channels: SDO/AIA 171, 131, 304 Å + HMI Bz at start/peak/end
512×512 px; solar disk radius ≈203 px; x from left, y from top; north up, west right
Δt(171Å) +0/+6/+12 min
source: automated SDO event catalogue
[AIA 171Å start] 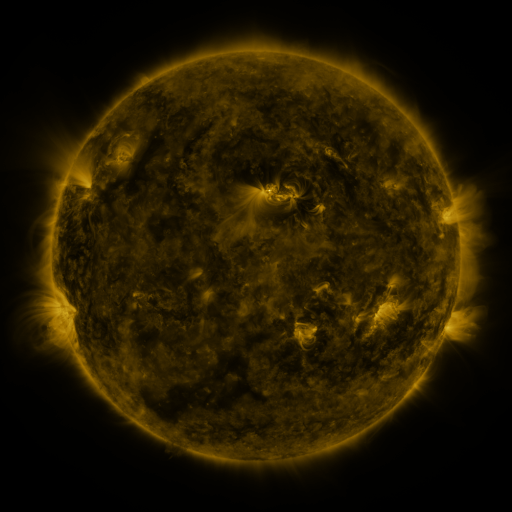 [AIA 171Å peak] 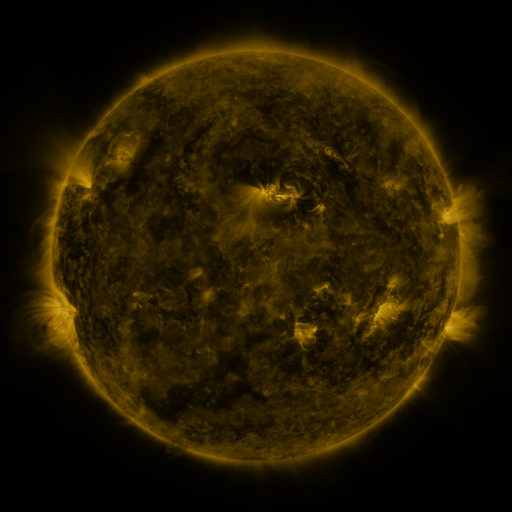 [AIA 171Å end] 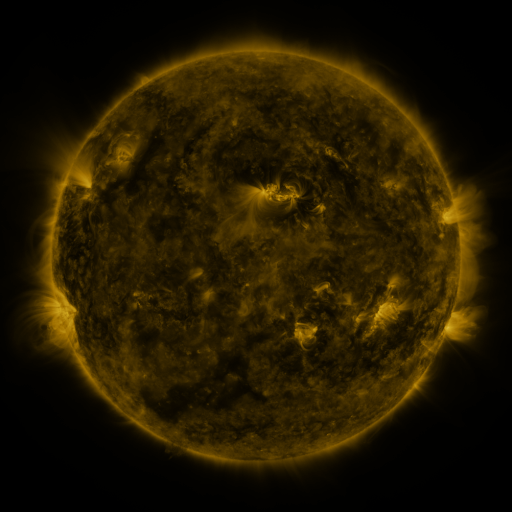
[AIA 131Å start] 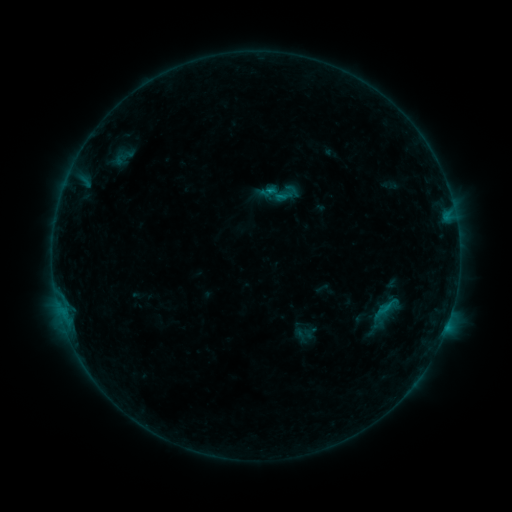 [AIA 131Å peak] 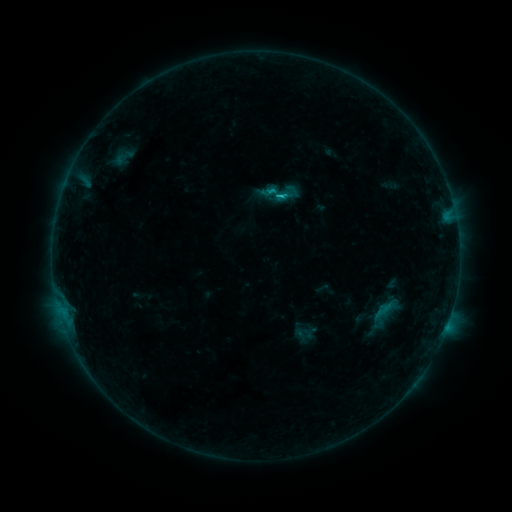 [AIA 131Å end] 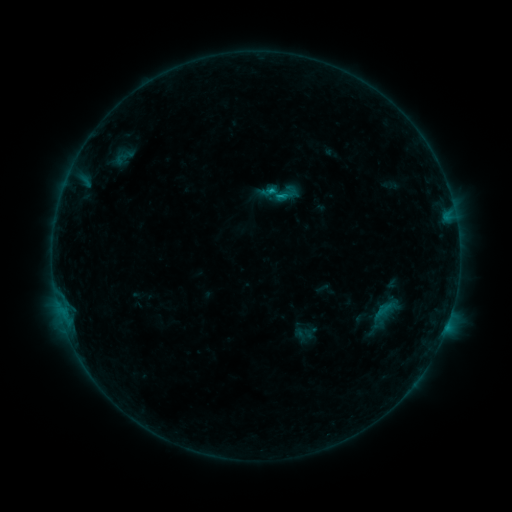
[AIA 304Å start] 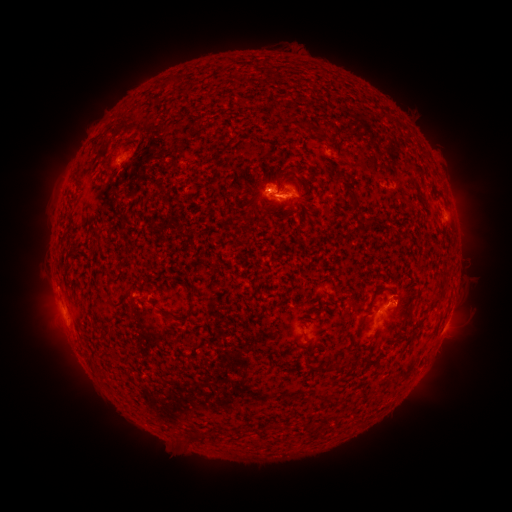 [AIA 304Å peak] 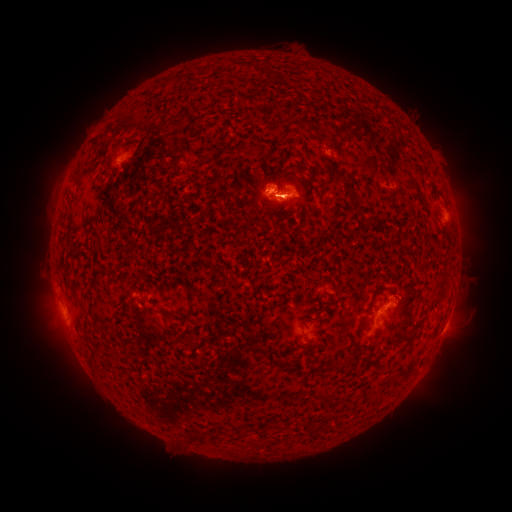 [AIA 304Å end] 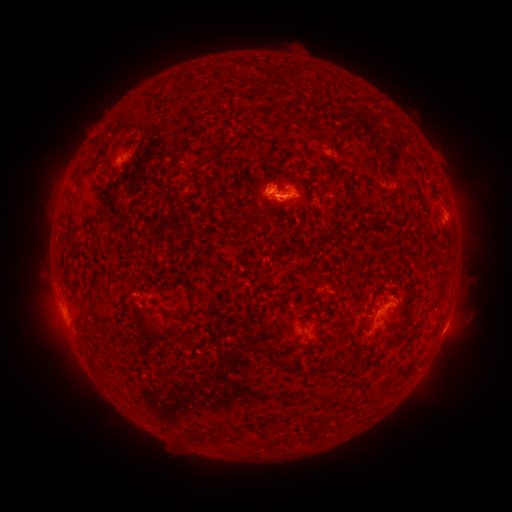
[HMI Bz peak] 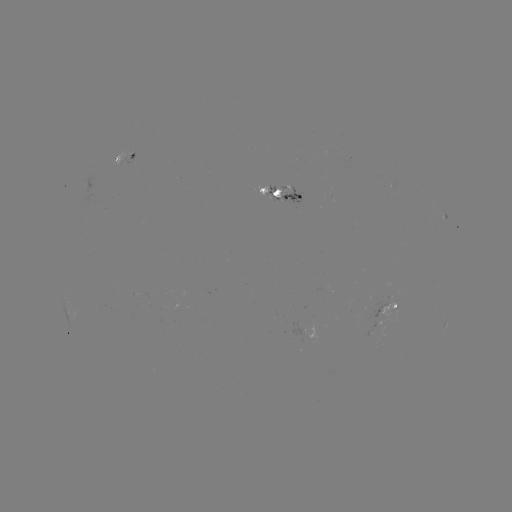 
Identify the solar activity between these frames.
C1.1 flare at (280, 199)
